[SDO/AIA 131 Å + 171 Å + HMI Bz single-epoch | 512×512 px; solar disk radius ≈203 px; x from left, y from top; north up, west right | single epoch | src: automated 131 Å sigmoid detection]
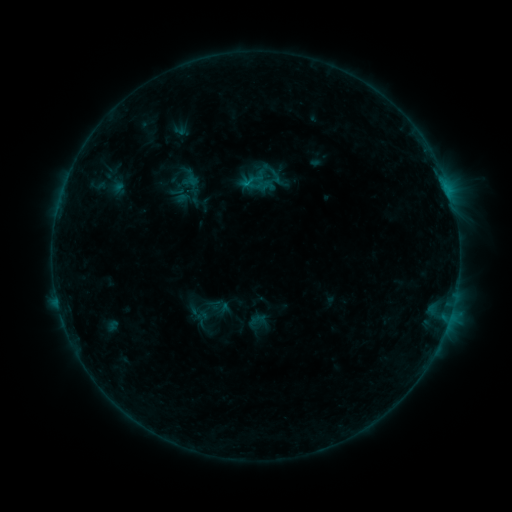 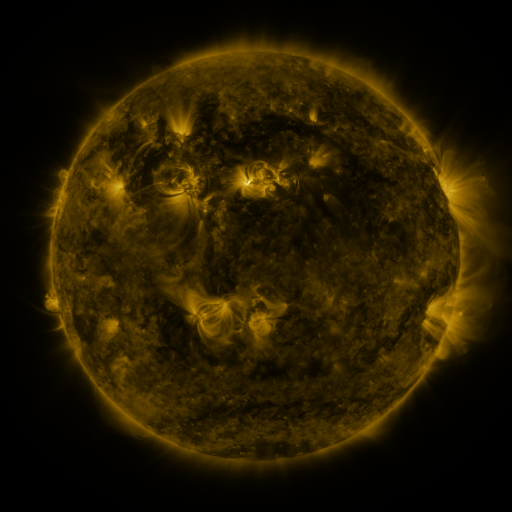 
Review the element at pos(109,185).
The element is sigmoid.